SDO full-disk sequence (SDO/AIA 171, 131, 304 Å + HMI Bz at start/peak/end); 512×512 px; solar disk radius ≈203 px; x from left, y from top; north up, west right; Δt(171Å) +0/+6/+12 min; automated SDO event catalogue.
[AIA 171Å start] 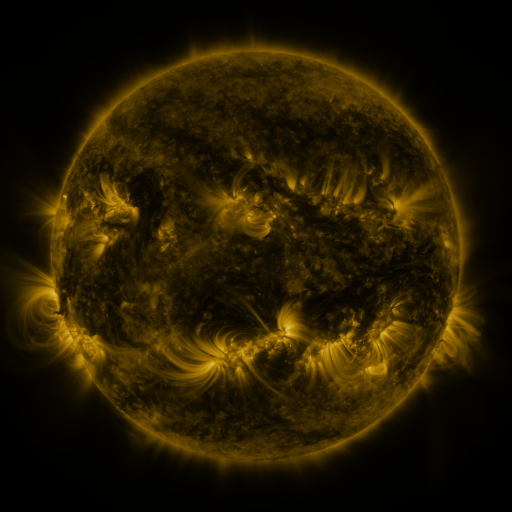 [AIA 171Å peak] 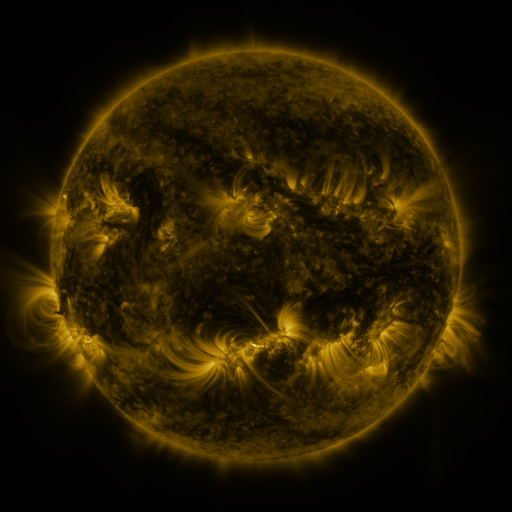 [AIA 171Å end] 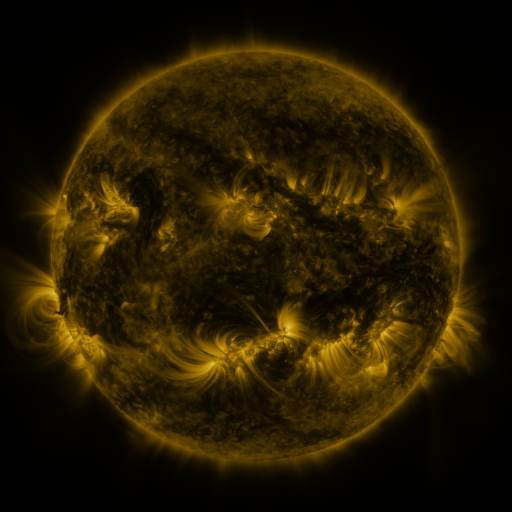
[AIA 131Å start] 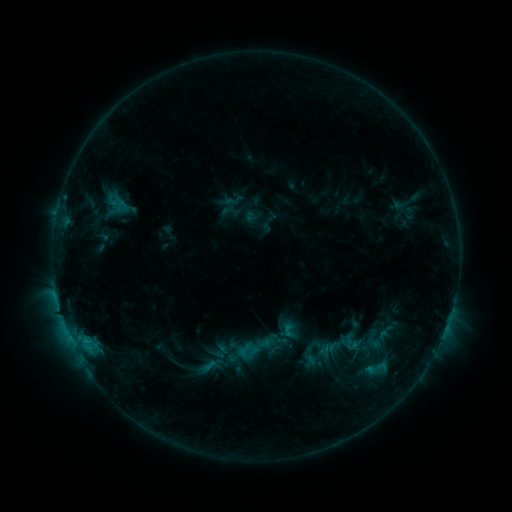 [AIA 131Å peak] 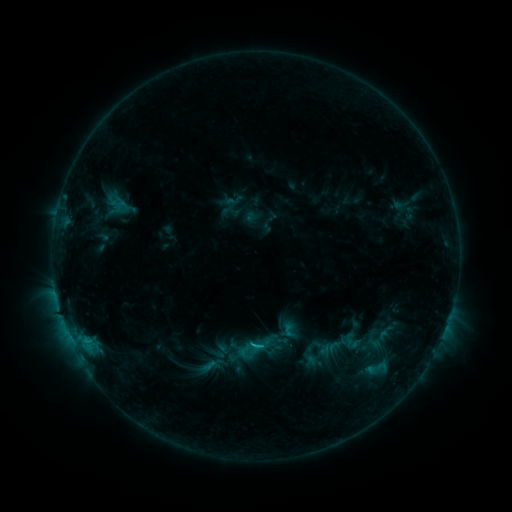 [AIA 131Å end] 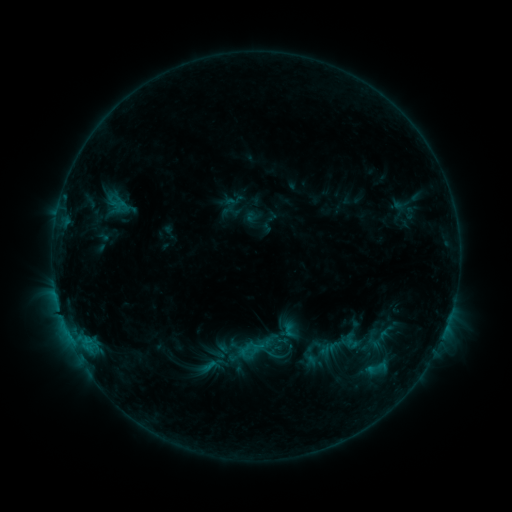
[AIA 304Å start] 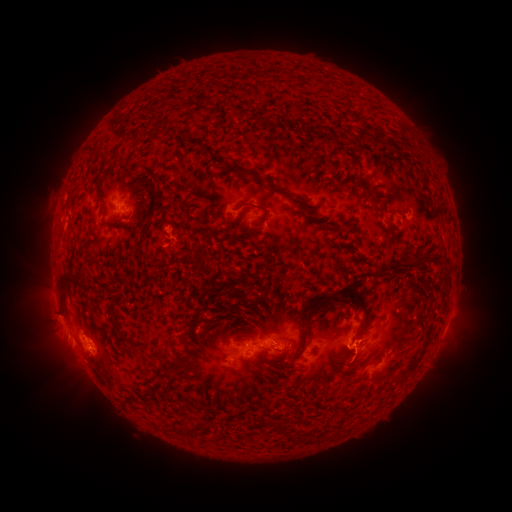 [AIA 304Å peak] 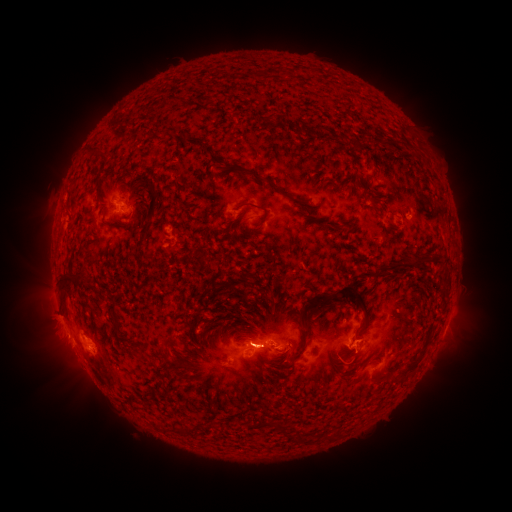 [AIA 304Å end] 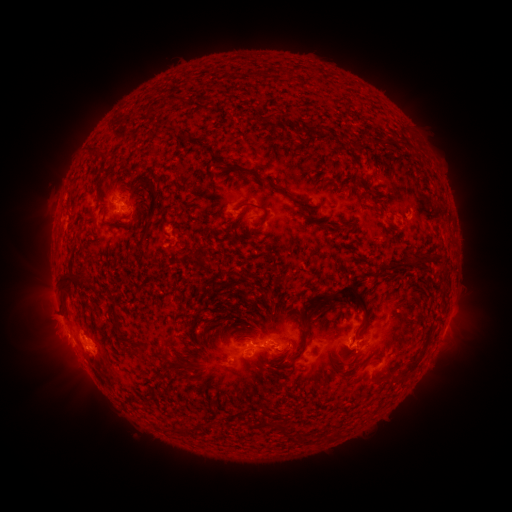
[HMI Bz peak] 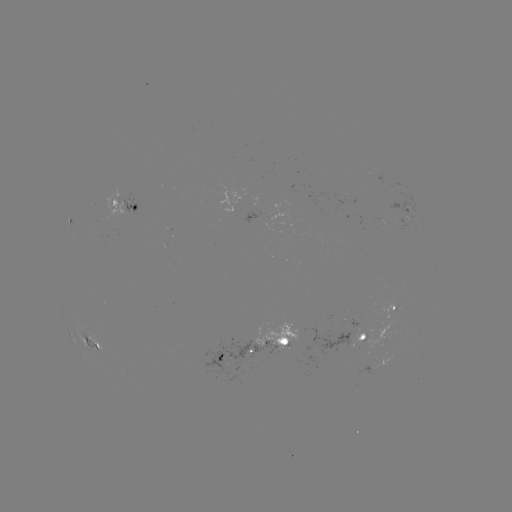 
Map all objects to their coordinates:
B8.6 flare: (359, 371)
